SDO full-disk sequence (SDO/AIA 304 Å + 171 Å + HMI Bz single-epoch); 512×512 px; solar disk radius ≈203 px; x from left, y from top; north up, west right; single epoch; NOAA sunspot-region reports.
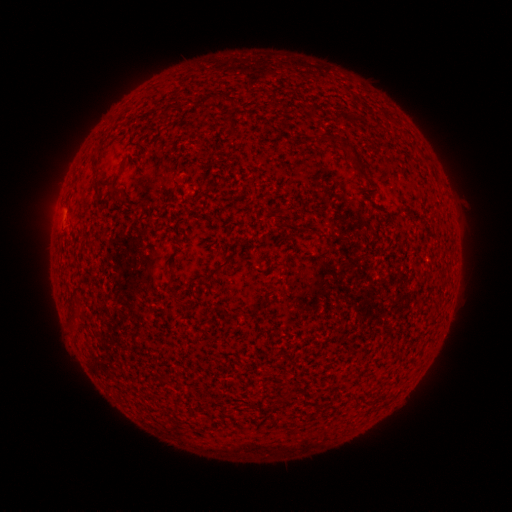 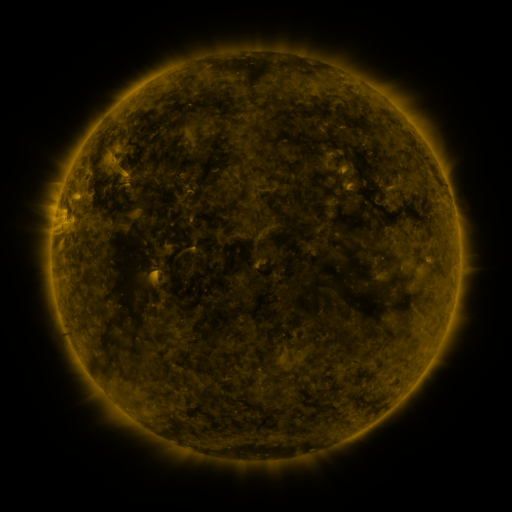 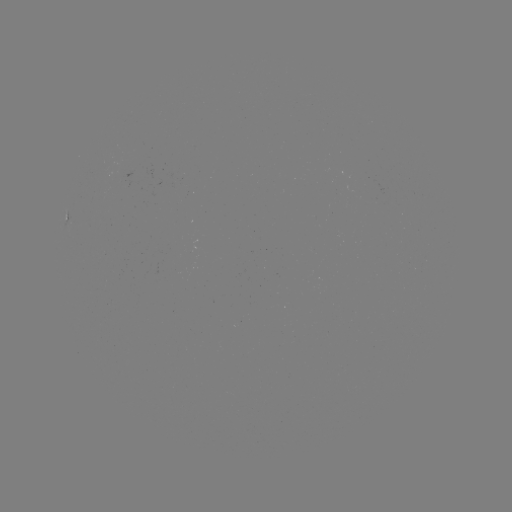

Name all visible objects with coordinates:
spotted active region: (64, 216)
